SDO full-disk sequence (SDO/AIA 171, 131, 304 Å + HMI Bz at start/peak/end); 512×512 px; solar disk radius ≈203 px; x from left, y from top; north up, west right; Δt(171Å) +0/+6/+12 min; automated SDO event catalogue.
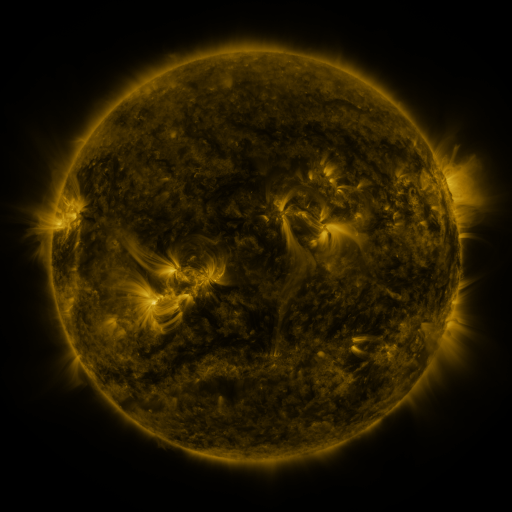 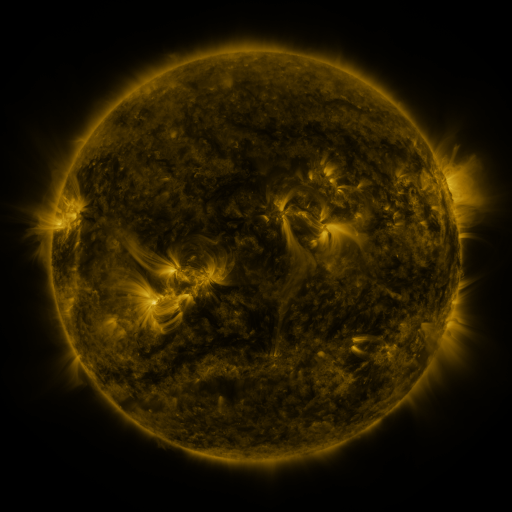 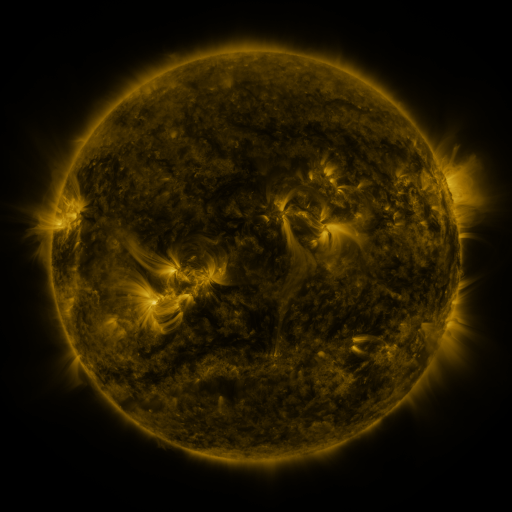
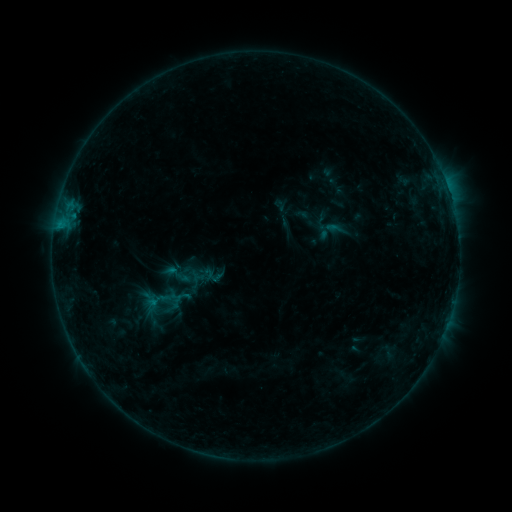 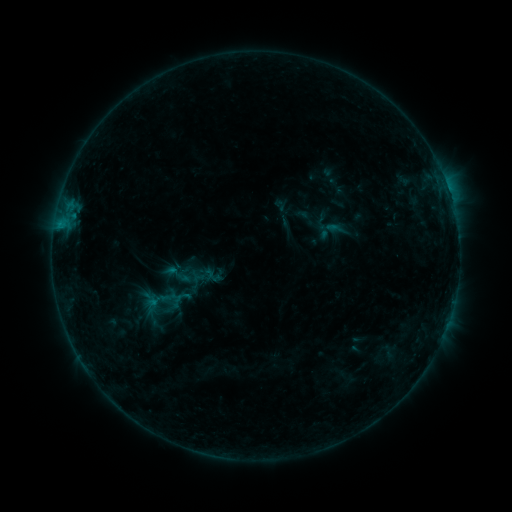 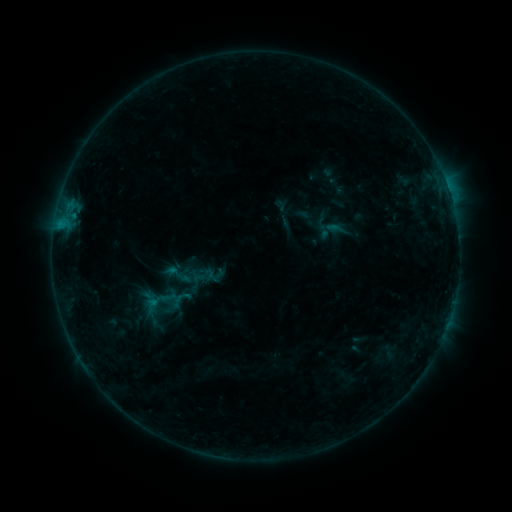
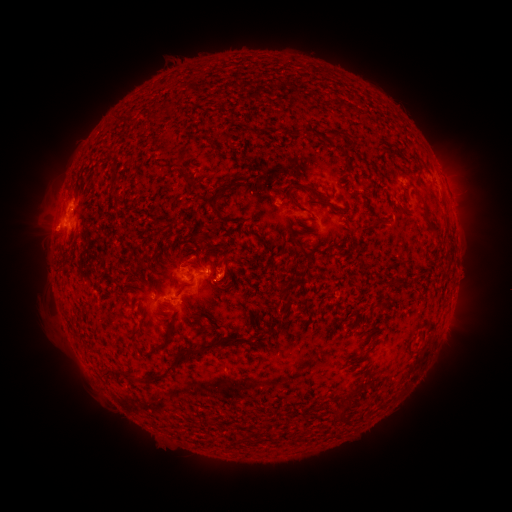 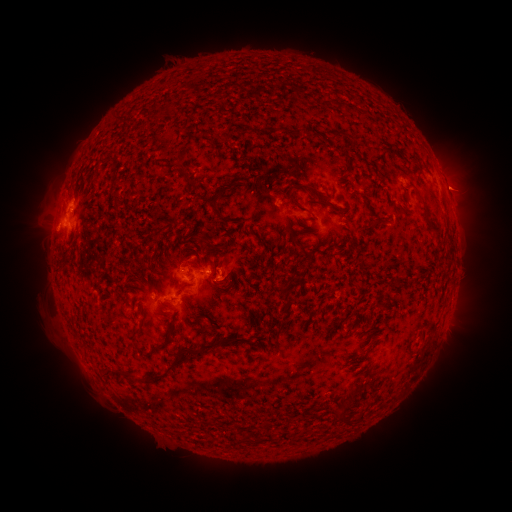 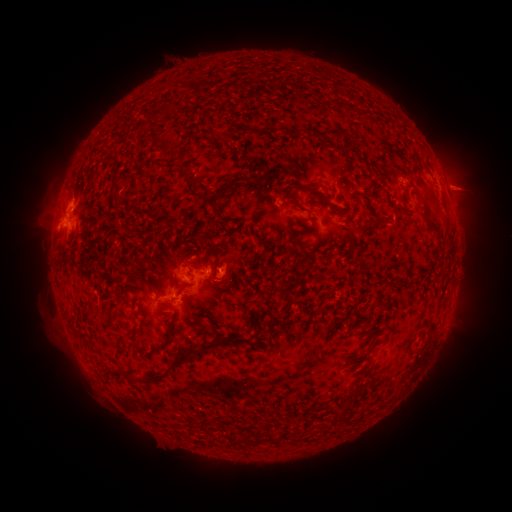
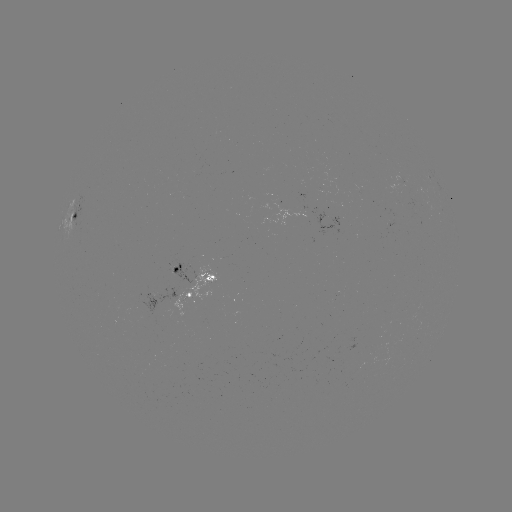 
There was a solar eruption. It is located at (463, 187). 